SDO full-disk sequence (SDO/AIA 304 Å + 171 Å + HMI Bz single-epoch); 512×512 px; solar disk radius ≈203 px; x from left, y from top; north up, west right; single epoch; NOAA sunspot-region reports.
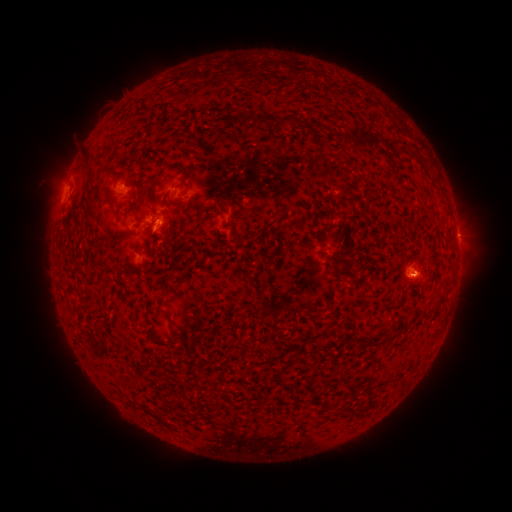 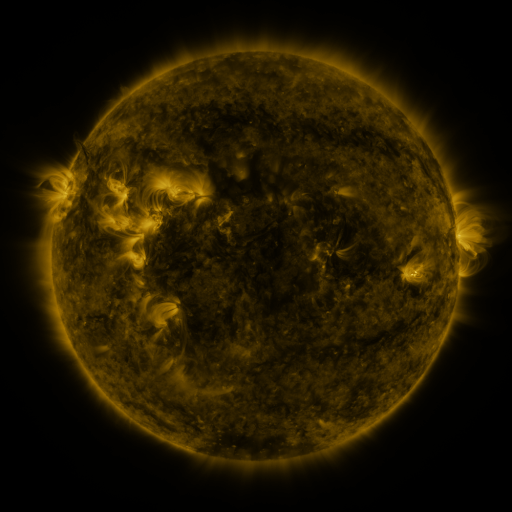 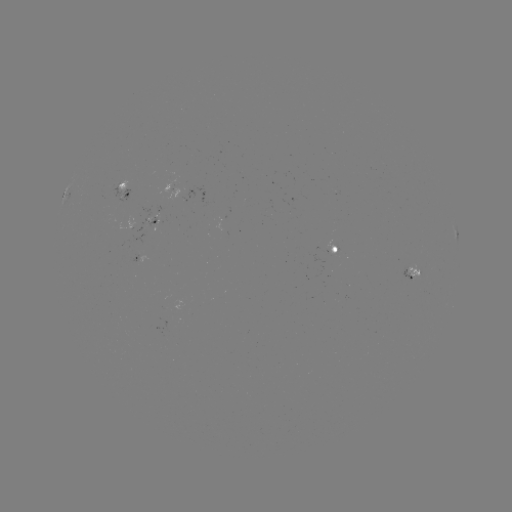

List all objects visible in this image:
spotted active region: (126, 191)
spotted active region: (154, 221)
spotted active region: (456, 236)
spotted active region: (338, 252)
spotted active region: (142, 257)
spotted active region: (410, 270)
